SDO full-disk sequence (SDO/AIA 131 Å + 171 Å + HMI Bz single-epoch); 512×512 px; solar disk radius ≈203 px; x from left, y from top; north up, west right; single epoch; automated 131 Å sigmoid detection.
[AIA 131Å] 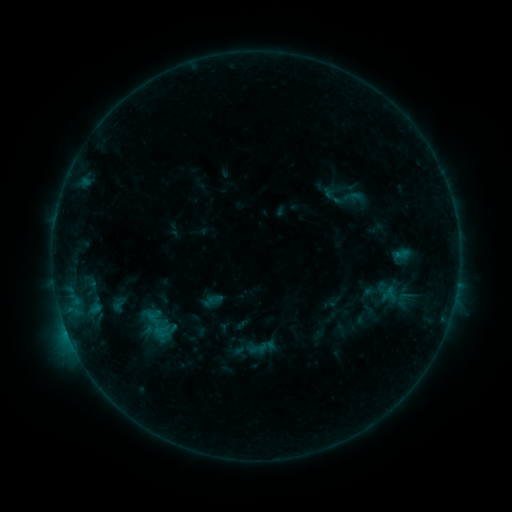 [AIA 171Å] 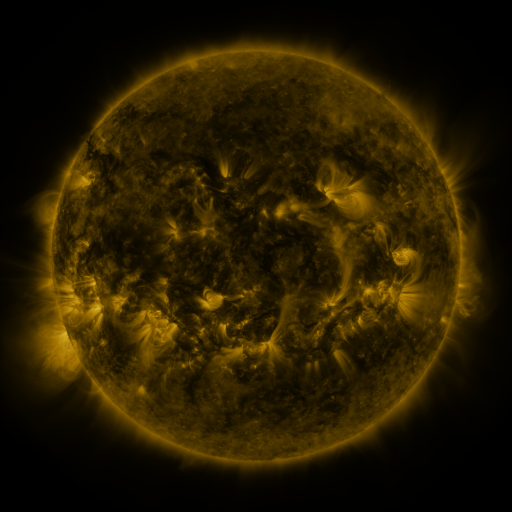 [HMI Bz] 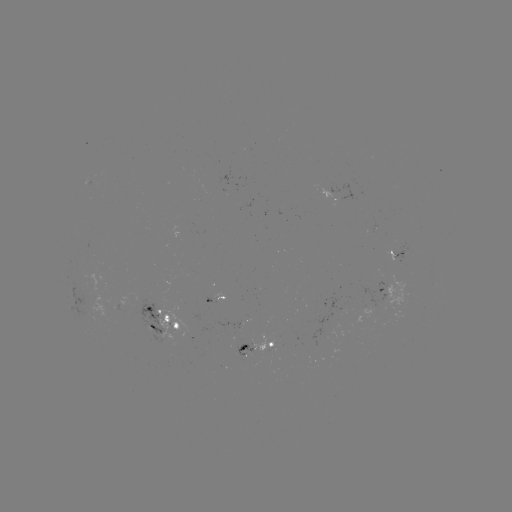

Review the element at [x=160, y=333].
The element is sigmoid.